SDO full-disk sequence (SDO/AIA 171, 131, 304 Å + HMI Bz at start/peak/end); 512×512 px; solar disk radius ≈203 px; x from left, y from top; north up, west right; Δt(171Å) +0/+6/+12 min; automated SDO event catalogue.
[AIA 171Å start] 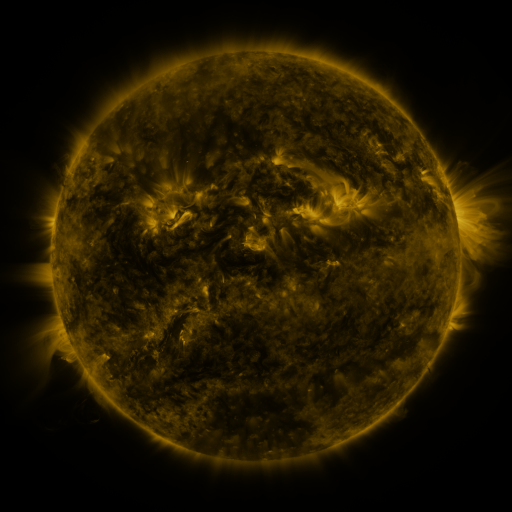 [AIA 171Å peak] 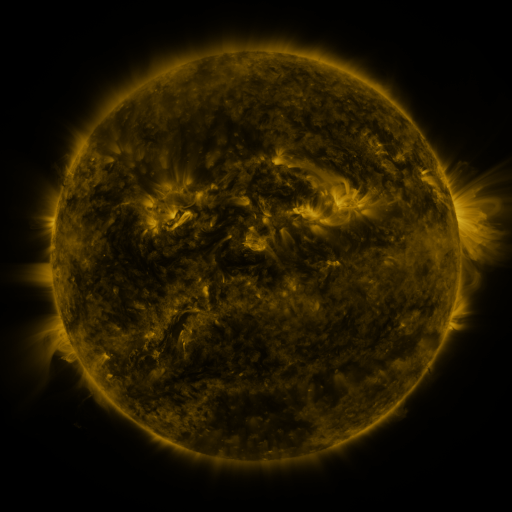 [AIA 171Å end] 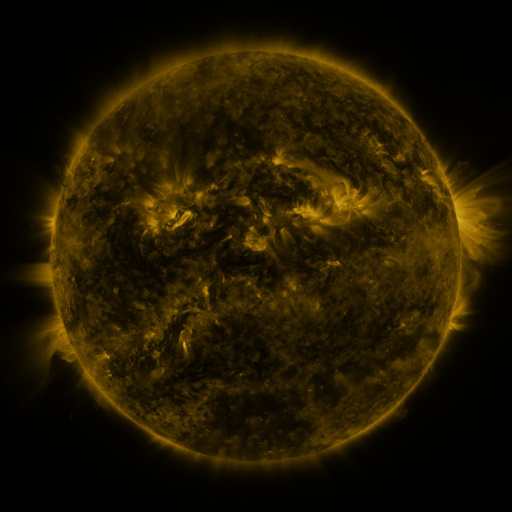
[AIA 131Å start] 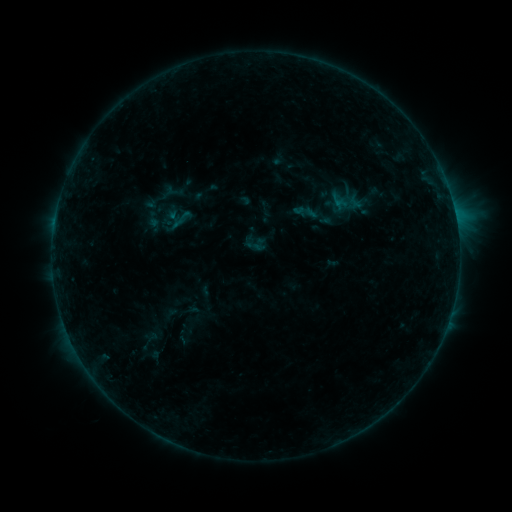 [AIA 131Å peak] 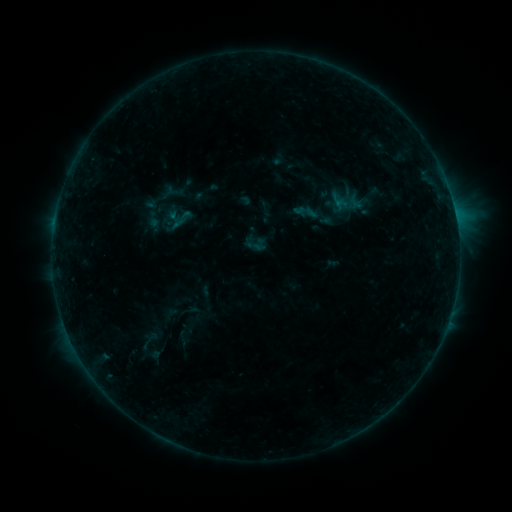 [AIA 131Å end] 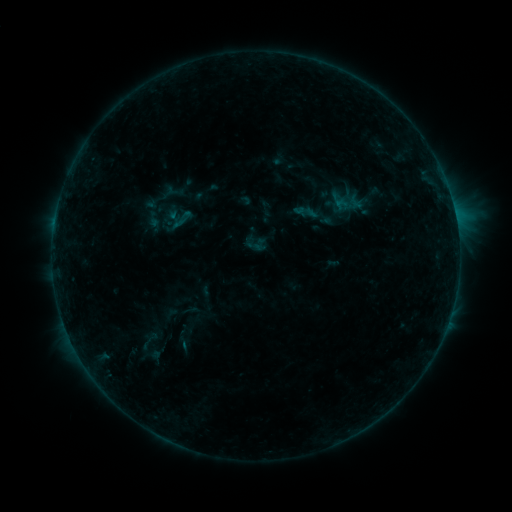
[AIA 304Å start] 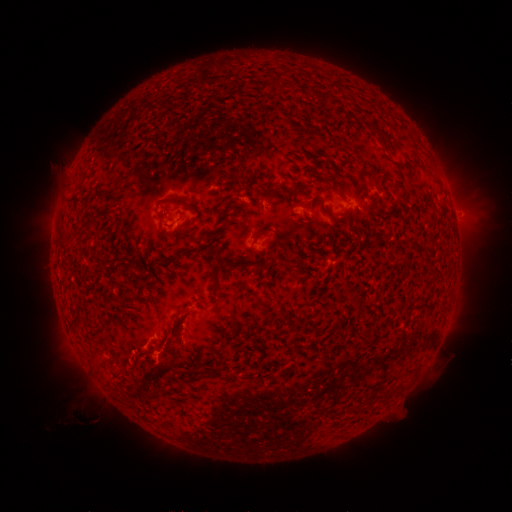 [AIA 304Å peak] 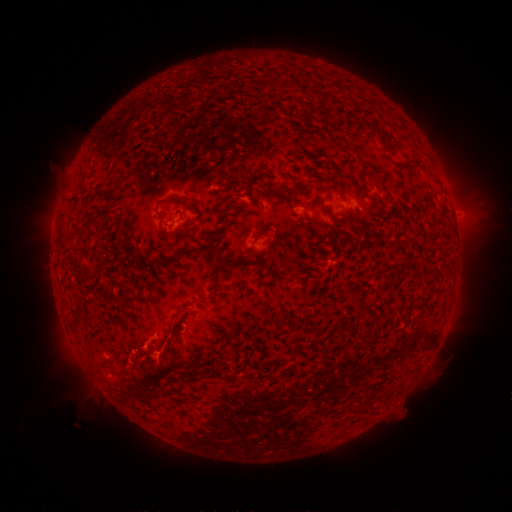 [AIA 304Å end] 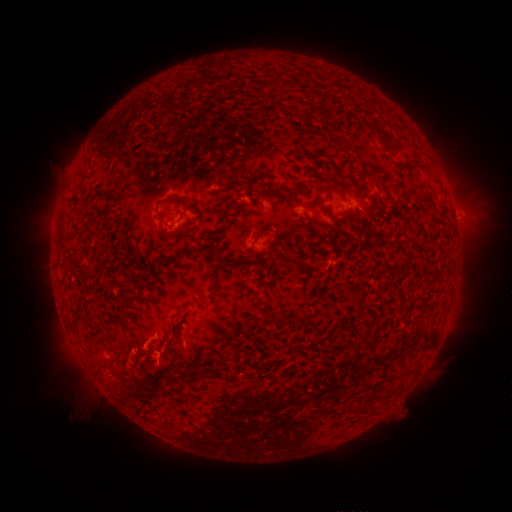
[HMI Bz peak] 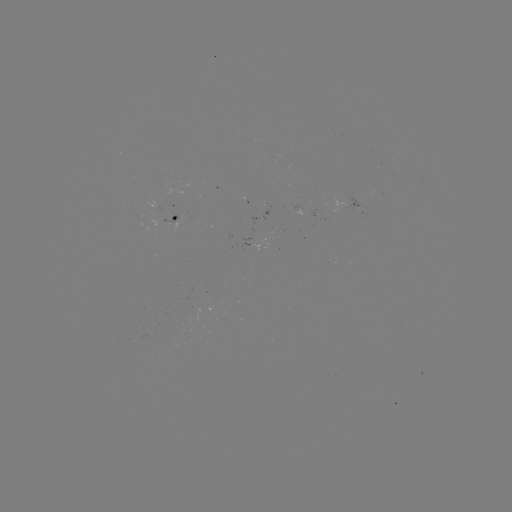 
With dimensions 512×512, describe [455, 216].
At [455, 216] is B4.9 flare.